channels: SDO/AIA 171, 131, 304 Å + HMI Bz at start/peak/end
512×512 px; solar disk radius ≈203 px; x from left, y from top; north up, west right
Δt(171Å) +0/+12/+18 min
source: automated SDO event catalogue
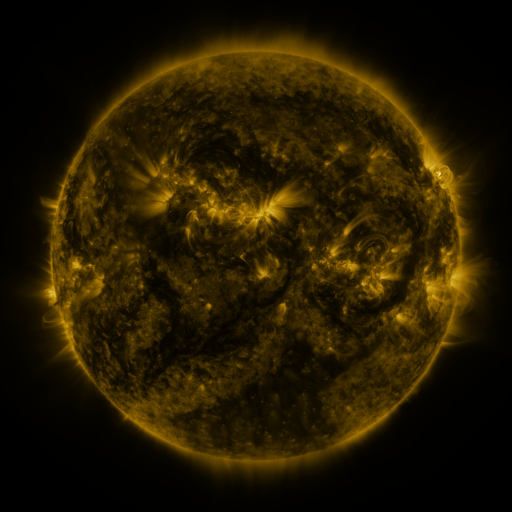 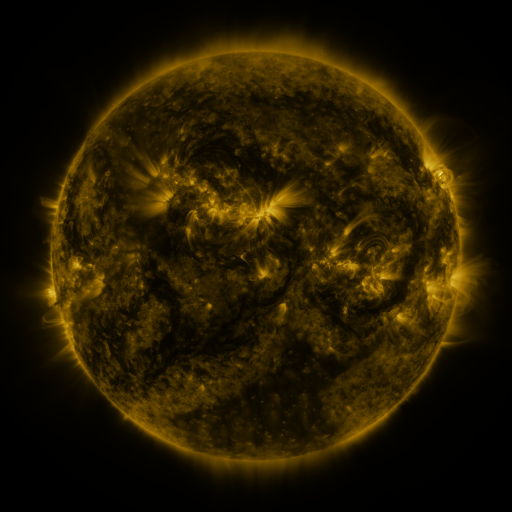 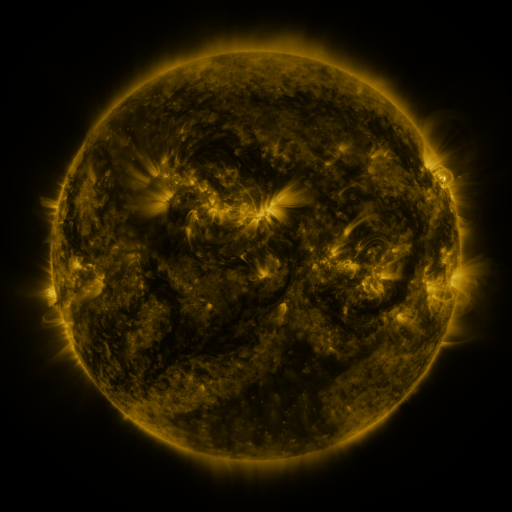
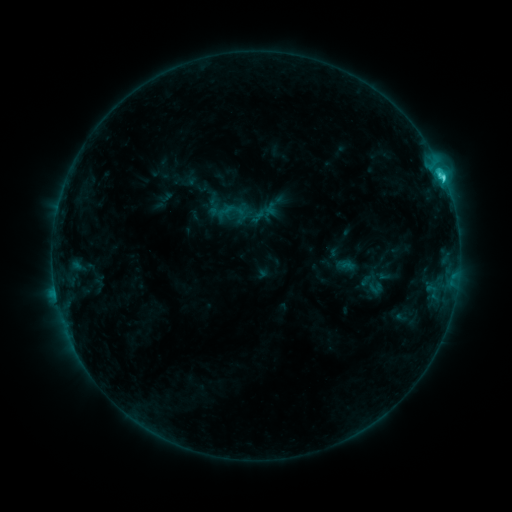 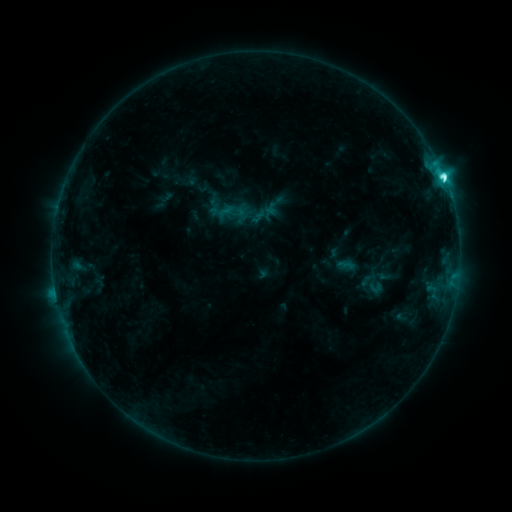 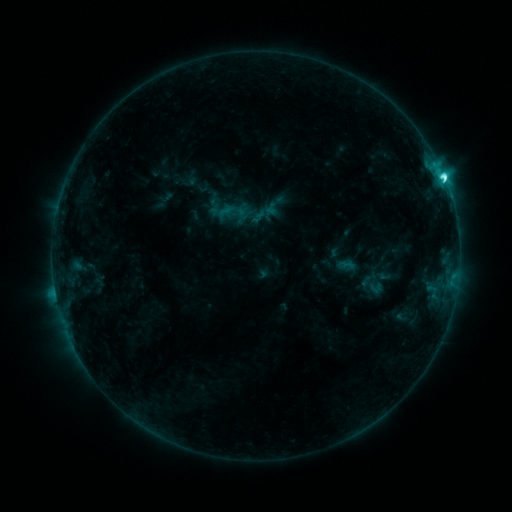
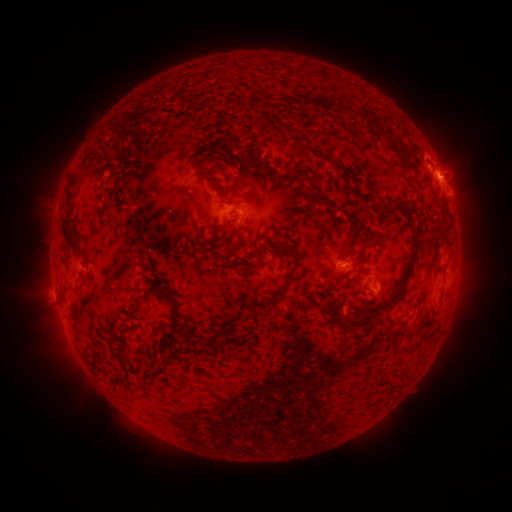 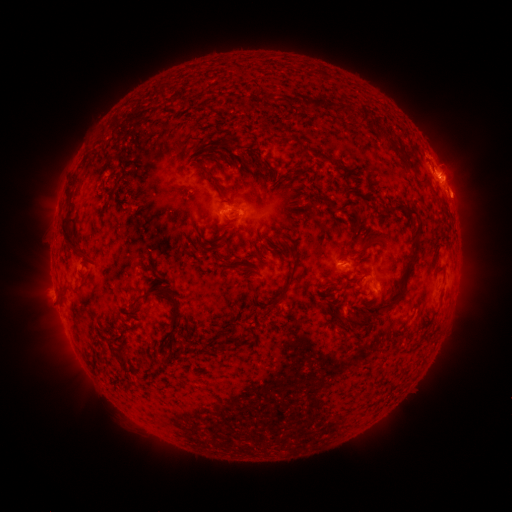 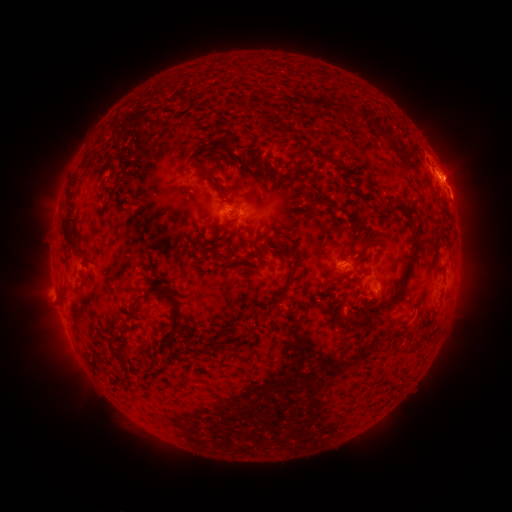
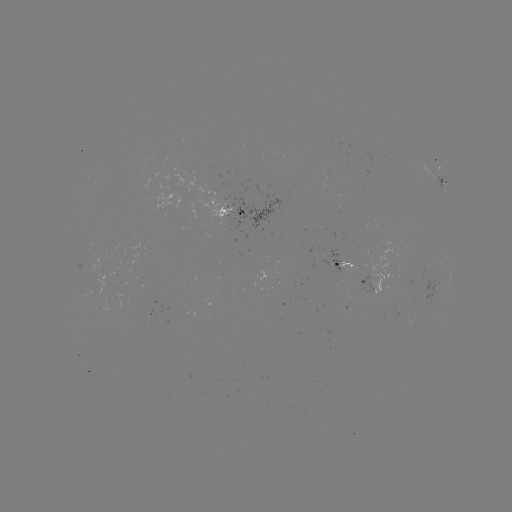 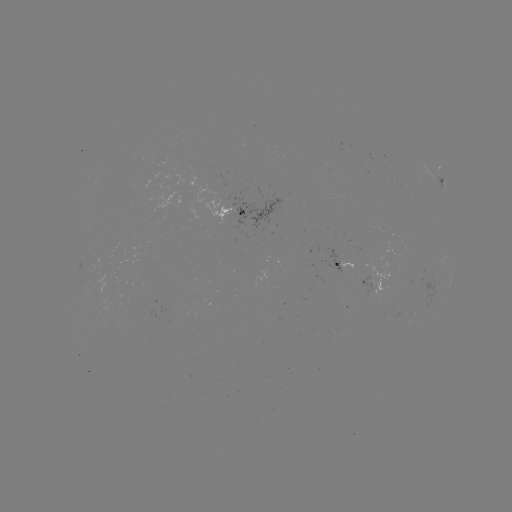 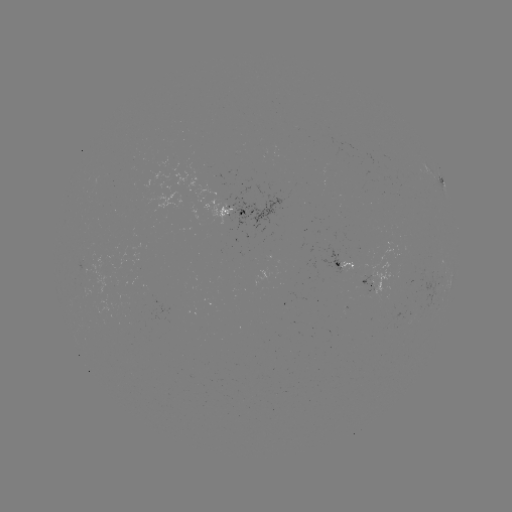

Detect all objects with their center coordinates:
eruption: (458, 198)
